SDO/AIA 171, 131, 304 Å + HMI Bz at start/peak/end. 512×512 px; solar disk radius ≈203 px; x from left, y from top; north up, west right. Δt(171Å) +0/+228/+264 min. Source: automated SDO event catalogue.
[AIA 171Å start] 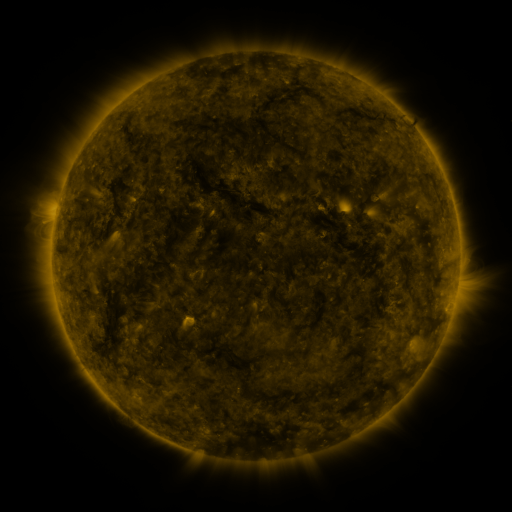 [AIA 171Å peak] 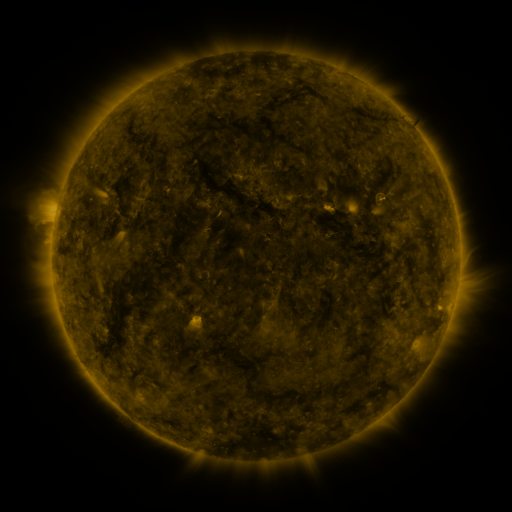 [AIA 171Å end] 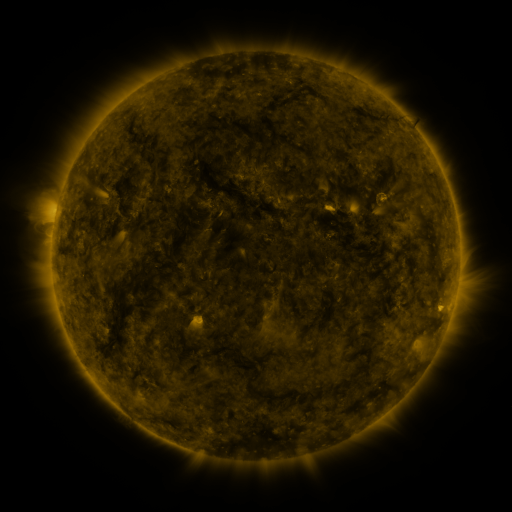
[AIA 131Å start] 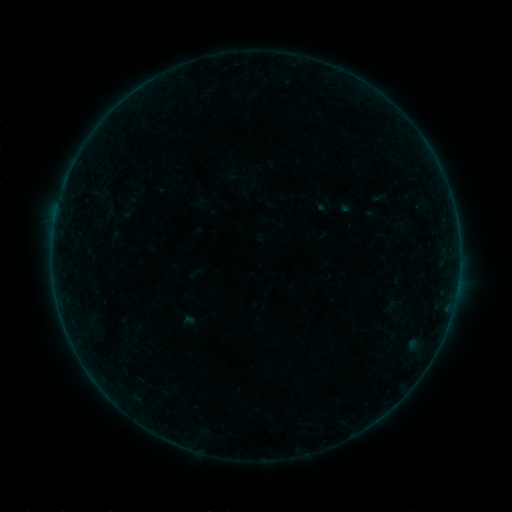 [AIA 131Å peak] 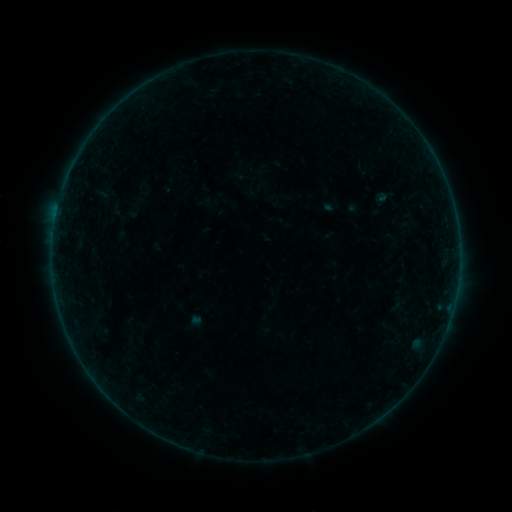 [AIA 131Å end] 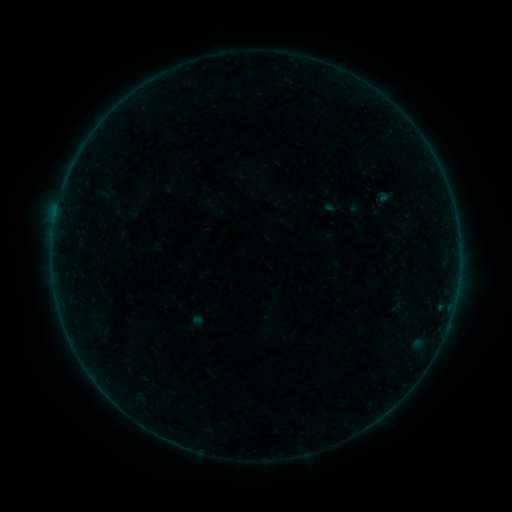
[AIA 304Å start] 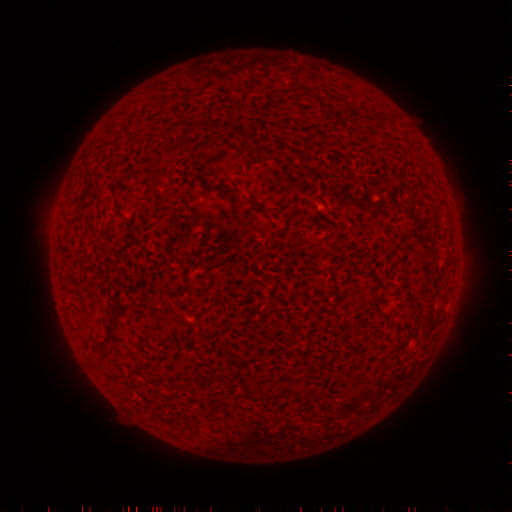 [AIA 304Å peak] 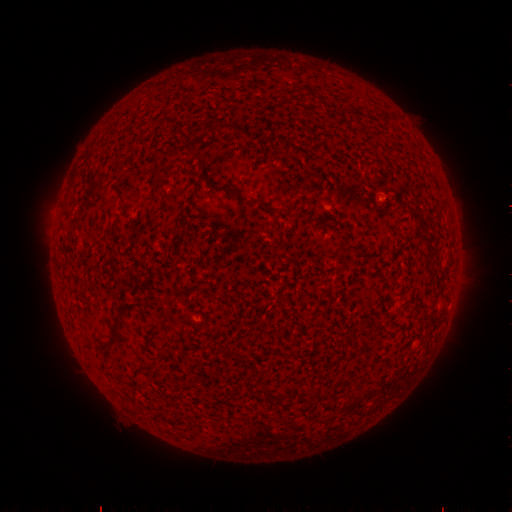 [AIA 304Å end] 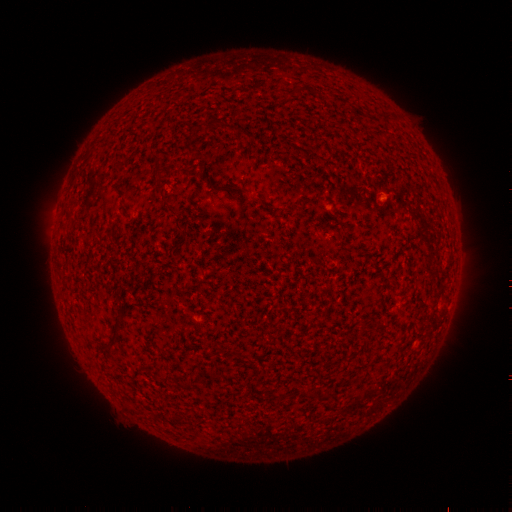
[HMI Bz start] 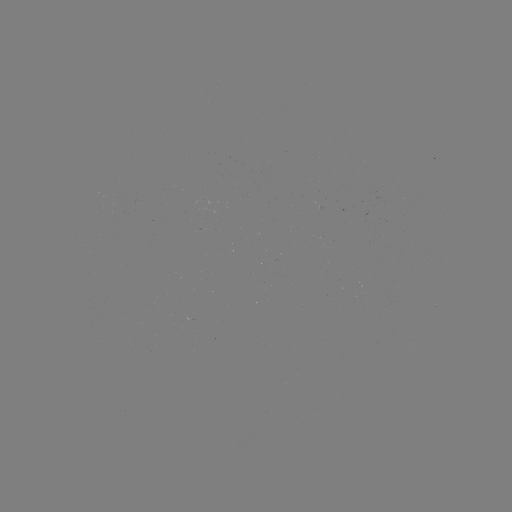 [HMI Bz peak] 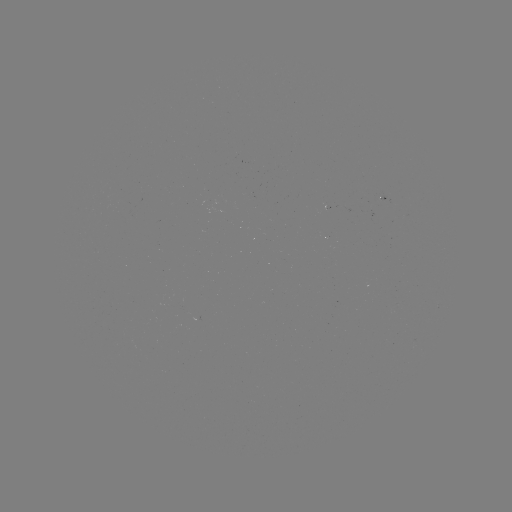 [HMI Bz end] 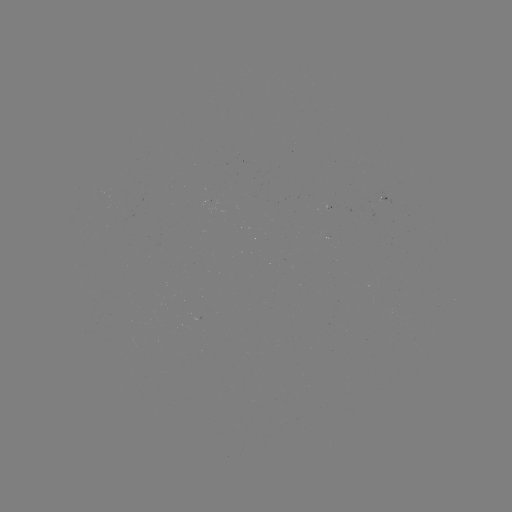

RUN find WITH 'emerging-flux region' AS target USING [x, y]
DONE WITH [327, 207] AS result